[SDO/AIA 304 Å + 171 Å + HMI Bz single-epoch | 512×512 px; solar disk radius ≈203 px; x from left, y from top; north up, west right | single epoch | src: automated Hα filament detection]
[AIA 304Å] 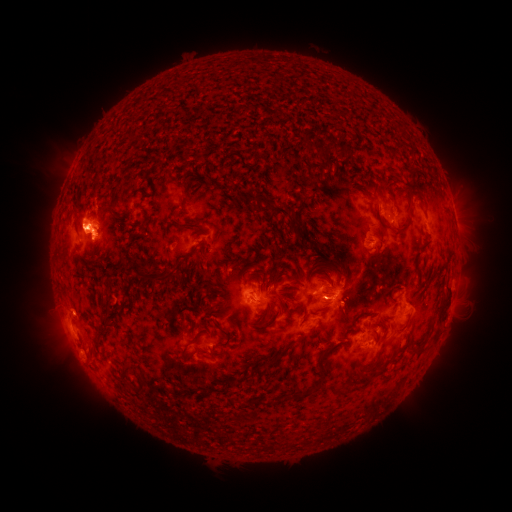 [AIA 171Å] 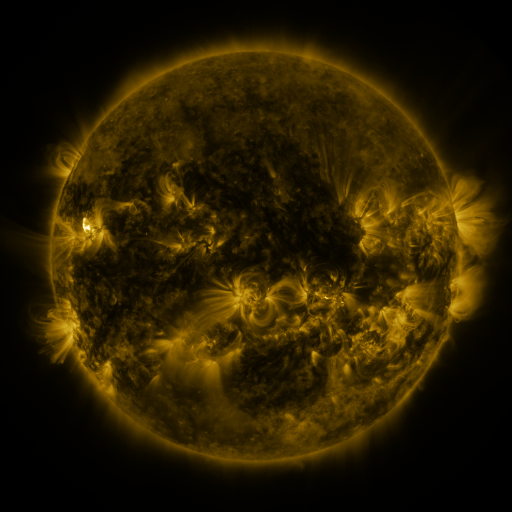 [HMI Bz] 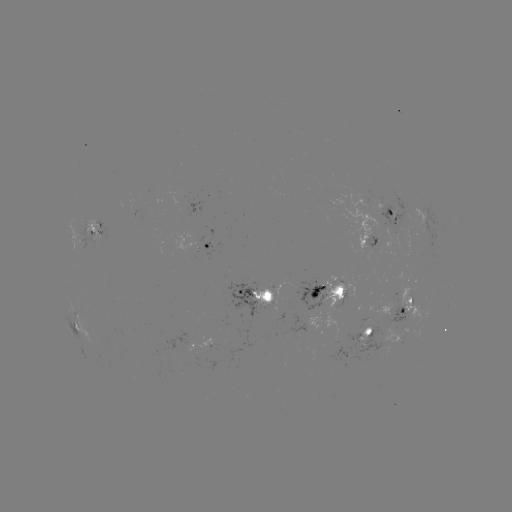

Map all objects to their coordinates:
filament: <bbox>128, 135, 136, 144</bbox>
filament: <bbox>173, 180, 184, 190</bbox>
filament: <bbox>400, 181, 410, 190</bbox>
filament: <bbox>368, 186, 391, 202</bbox>
filament: <bbox>252, 188, 300, 236</bbox>
filament: <bbox>292, 210, 306, 228</bbox>
filament: <bbox>375, 210, 391, 227</bbox>
filament: <bbox>393, 210, 412, 234</bbox>
filament: <bbox>178, 224, 203, 232</bbox>
filament: <bbox>142, 226, 150, 237</bbox>
filament: <bbox>190, 244, 200, 255</bbox>
filament: <bbox>130, 259, 172, 285</bbox>
filament: <bbox>261, 268, 274, 324</bbox>
filament: <bbox>261, 269, 267, 278</bbox>
filament: <bbox>289, 273, 302, 283</bbox>
filament: <bbox>437, 281, 452, 320</bbox>
filament: <bbox>310, 285, 321, 298</bbox>
filament: <bbox>100, 299, 116, 338</bbox>
filament: <bbox>345, 312, 361, 334</bbox>
filament: <bbox>256, 314, 278, 331</bbox>
filament: <bbox>215, 322, 234, 347</bbox>
filament: <bbox>378, 339, 387, 356</bbox>
filament: <bbox>321, 345, 334, 358</bbox>
filament: <bbox>265, 347, 288, 368</bbox>
filament: <bbox>182, 349, 188, 360</bbox>
filament: <bbox>361, 365, 380, 377</bbox>
filament: <bbox>122, 366, 131, 382</bbox>
filament: <bbox>320, 366, 329, 382</bbox>
filament: <bbox>134, 371, 148, 394</bbox>
filament: <bbox>244, 373, 253, 381</bbox>
filament: <bbox>313, 381, 322, 390</bbox>
filament: <bbox>294, 389, 313, 400</bbox>
